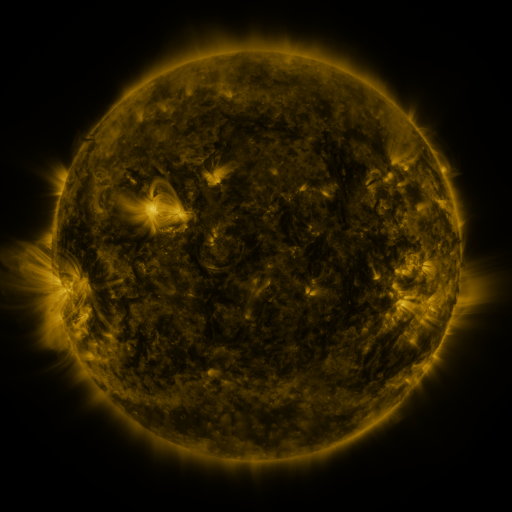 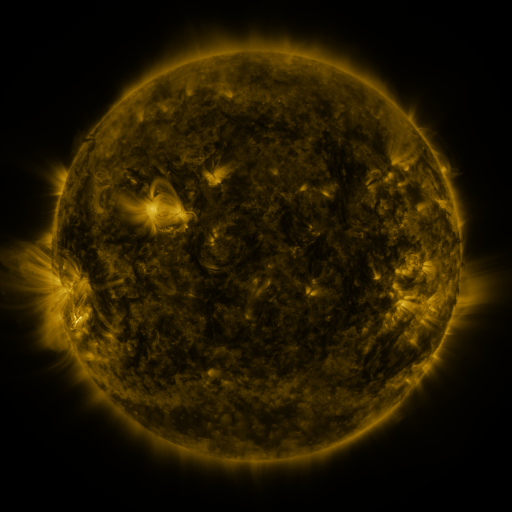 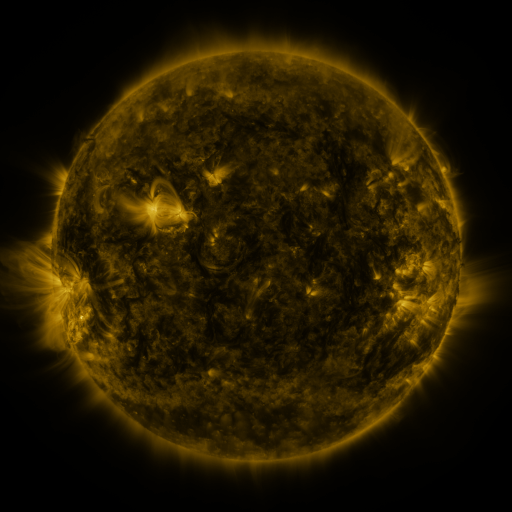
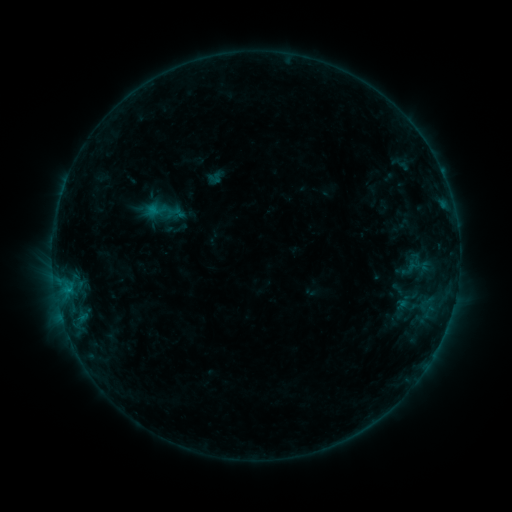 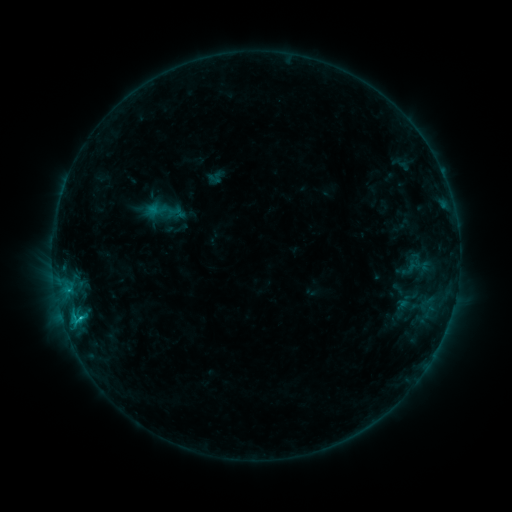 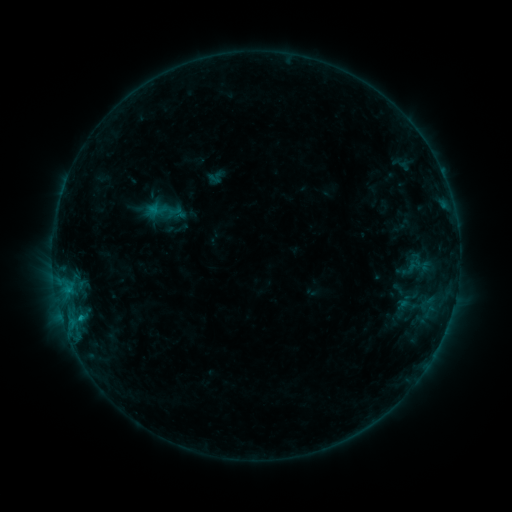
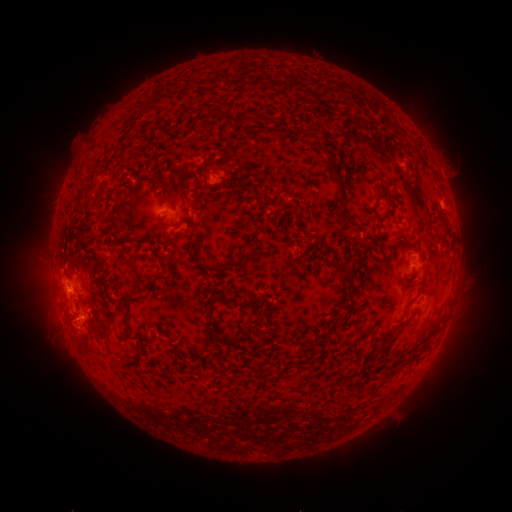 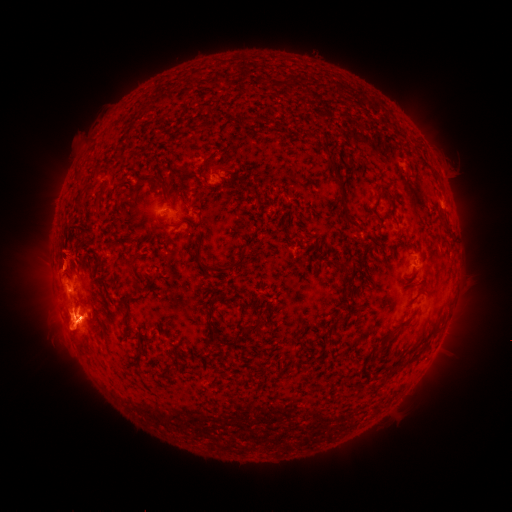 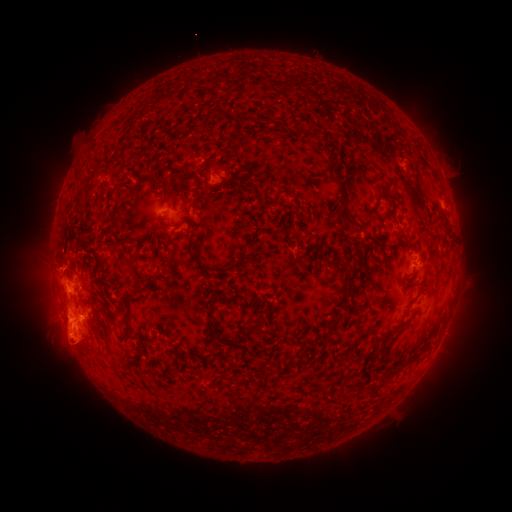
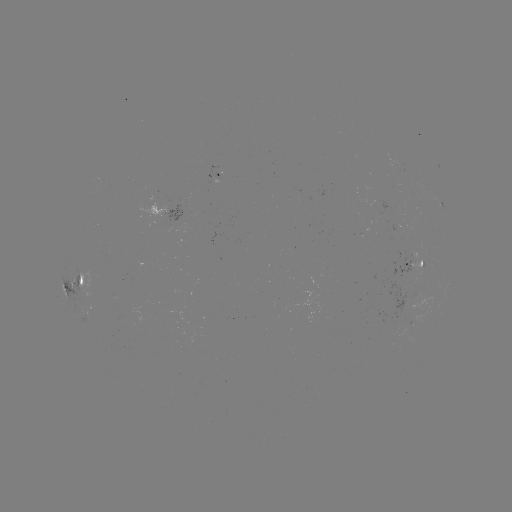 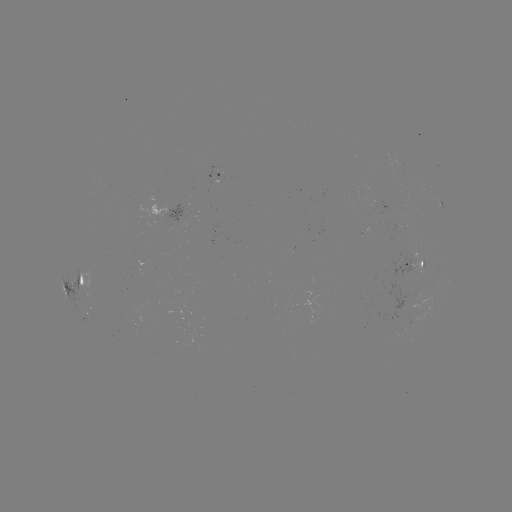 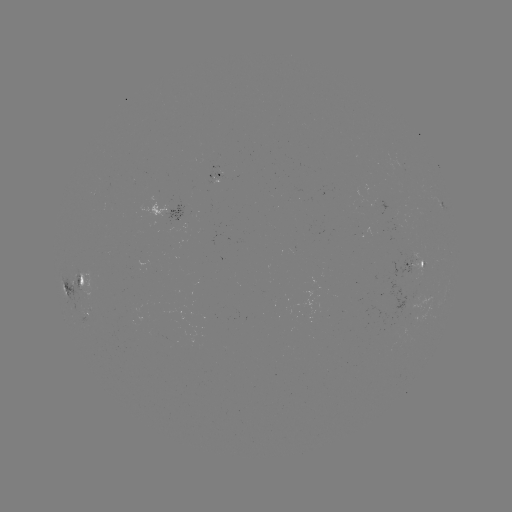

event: eruption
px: (63, 249)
